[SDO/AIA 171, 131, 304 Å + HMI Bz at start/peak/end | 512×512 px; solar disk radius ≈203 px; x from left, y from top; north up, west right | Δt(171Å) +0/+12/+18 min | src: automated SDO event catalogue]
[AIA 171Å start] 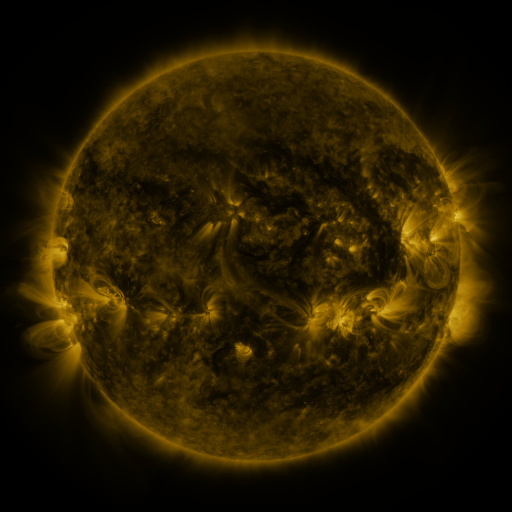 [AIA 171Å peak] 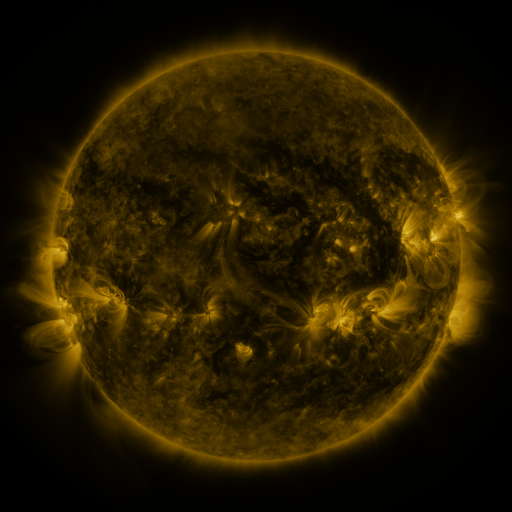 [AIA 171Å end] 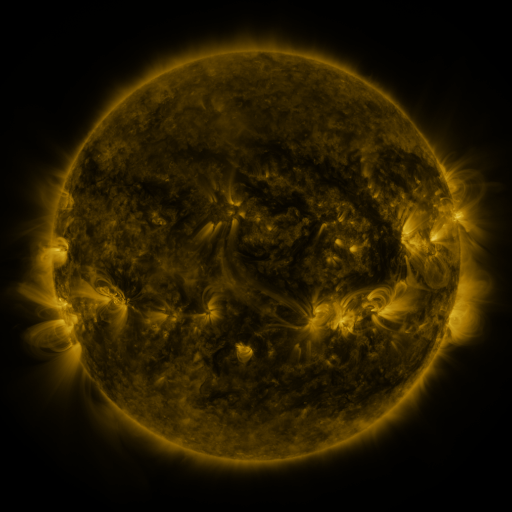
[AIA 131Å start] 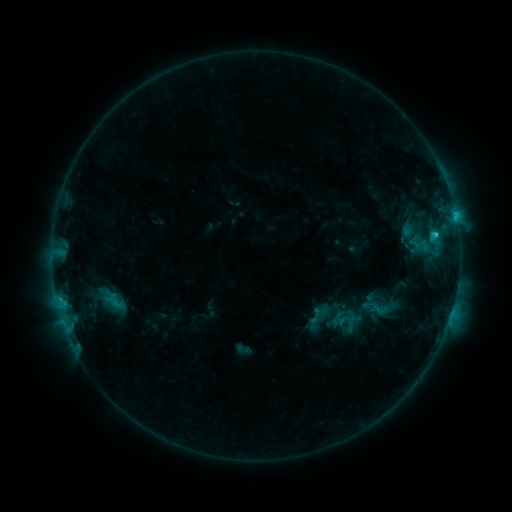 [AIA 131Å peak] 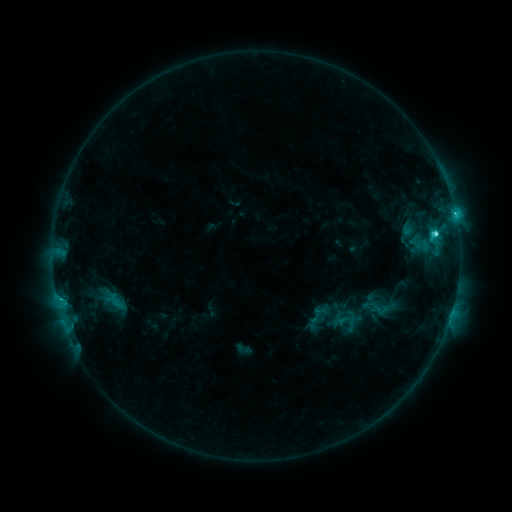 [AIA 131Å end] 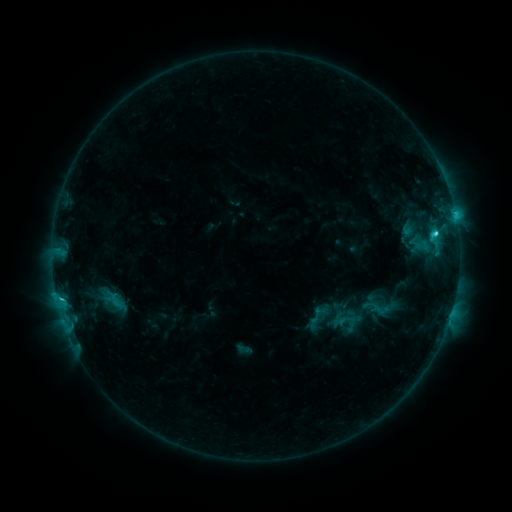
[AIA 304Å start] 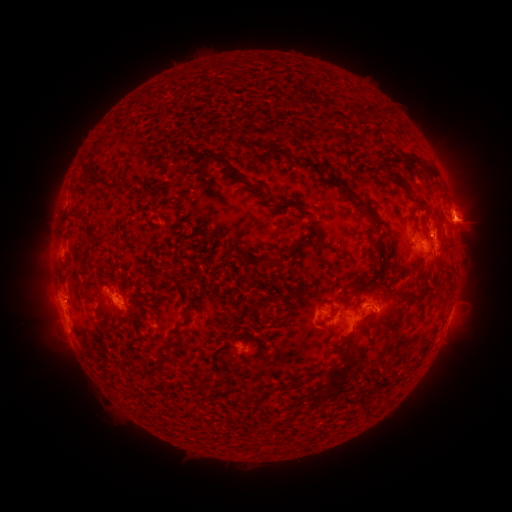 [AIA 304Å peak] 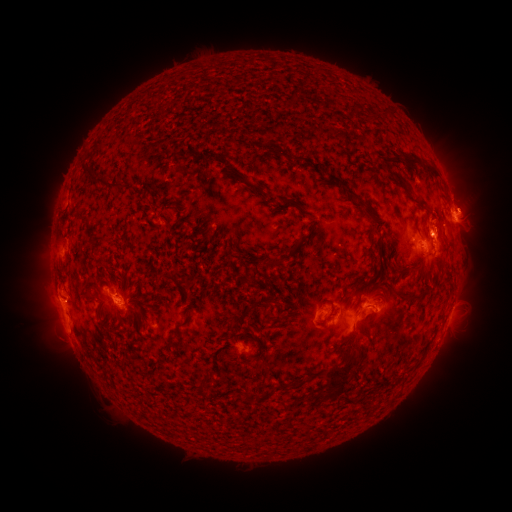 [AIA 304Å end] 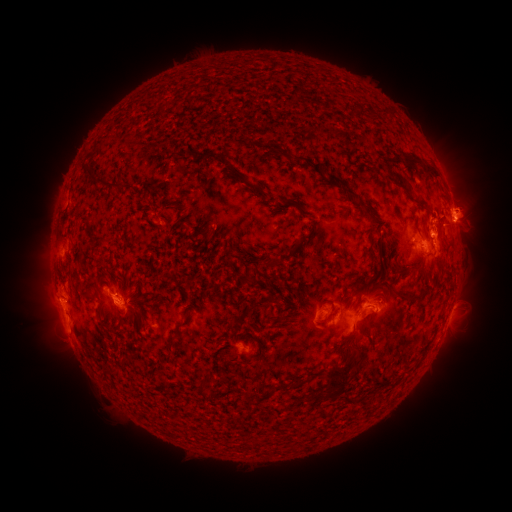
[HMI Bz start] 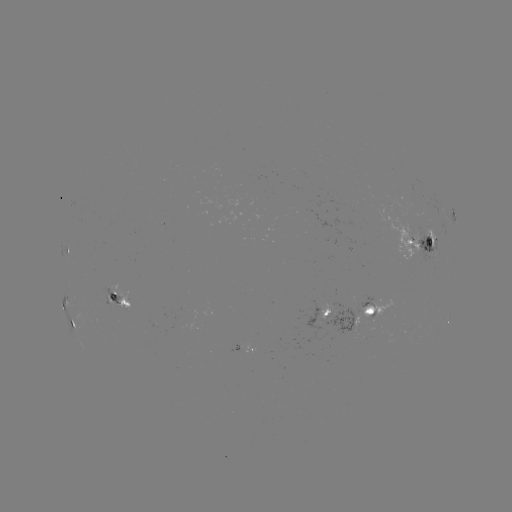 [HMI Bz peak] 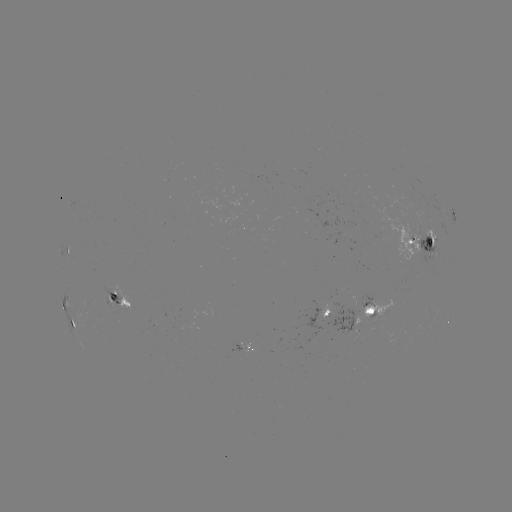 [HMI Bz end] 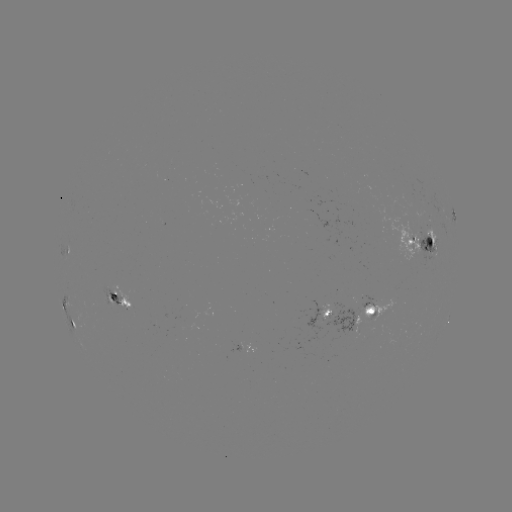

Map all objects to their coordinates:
eruption: (470, 206)
